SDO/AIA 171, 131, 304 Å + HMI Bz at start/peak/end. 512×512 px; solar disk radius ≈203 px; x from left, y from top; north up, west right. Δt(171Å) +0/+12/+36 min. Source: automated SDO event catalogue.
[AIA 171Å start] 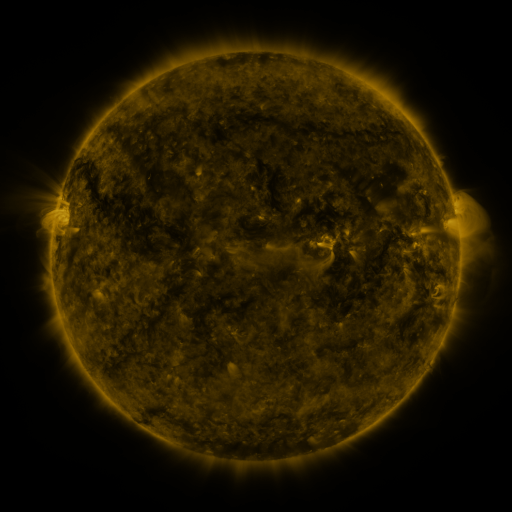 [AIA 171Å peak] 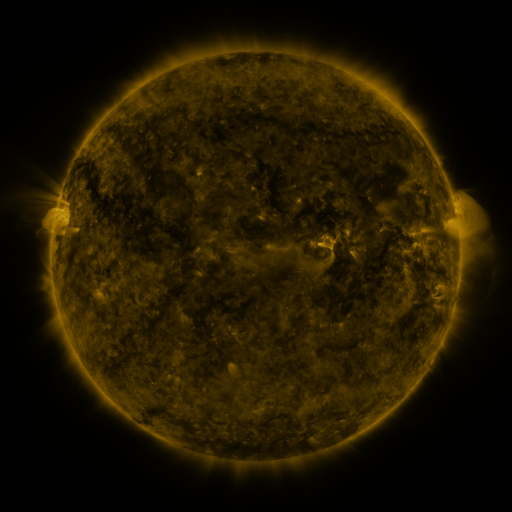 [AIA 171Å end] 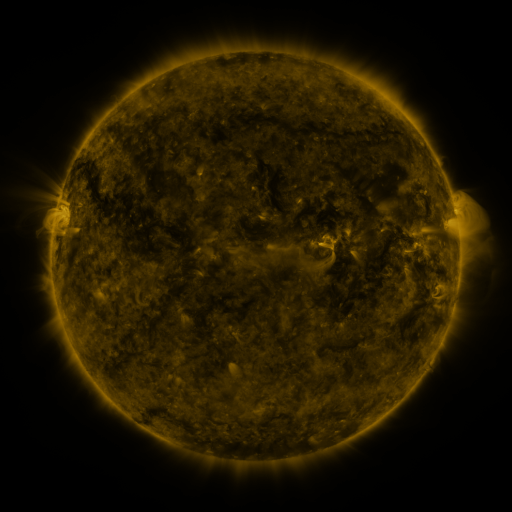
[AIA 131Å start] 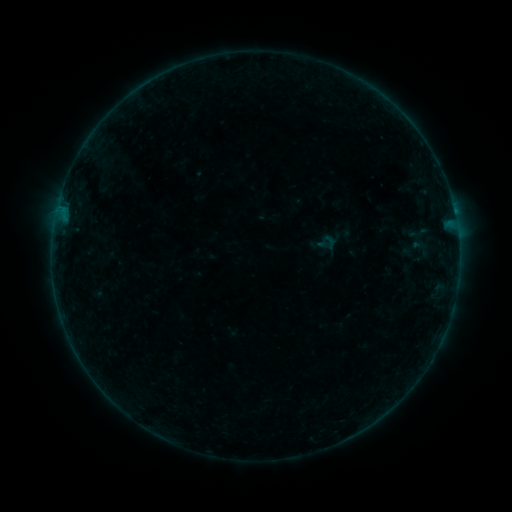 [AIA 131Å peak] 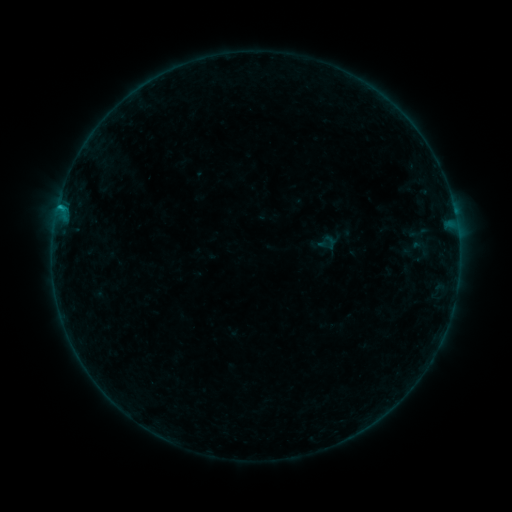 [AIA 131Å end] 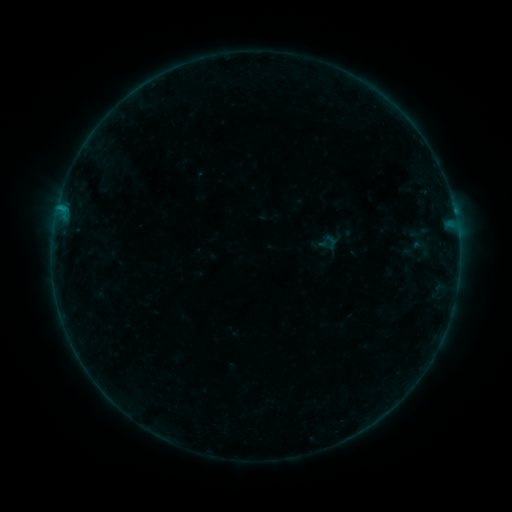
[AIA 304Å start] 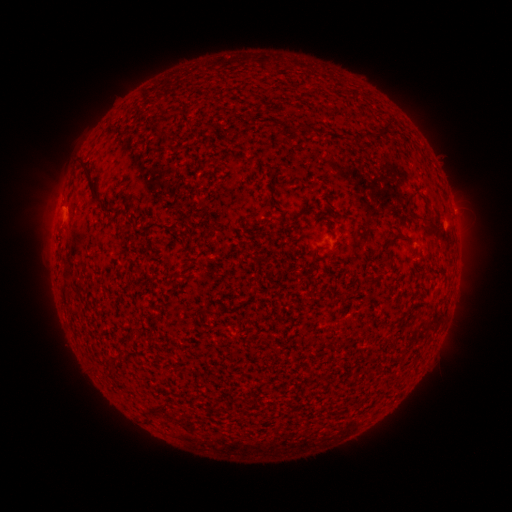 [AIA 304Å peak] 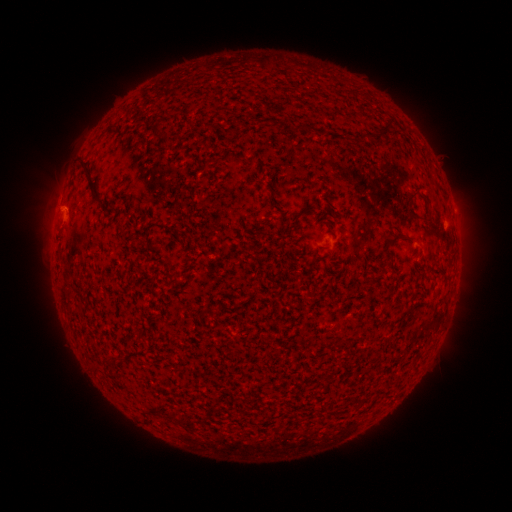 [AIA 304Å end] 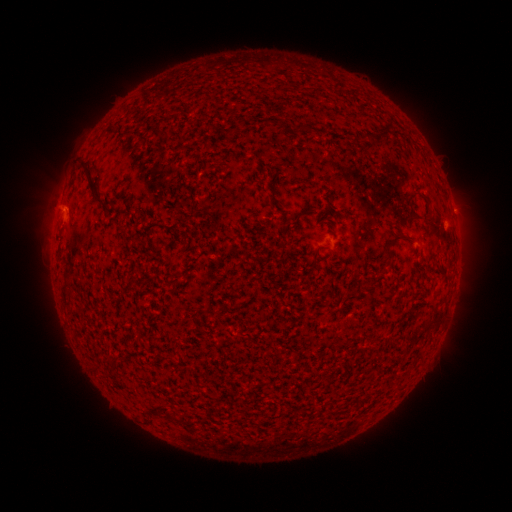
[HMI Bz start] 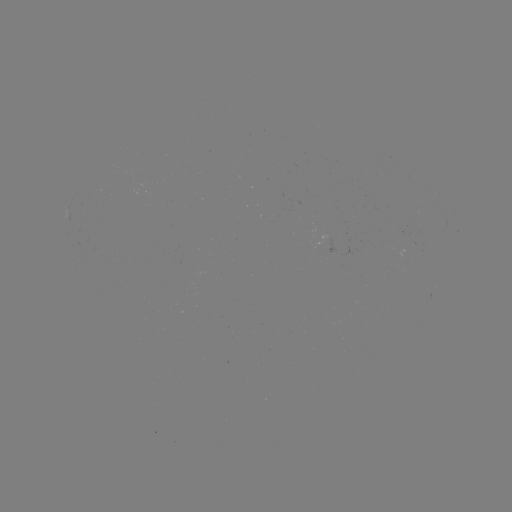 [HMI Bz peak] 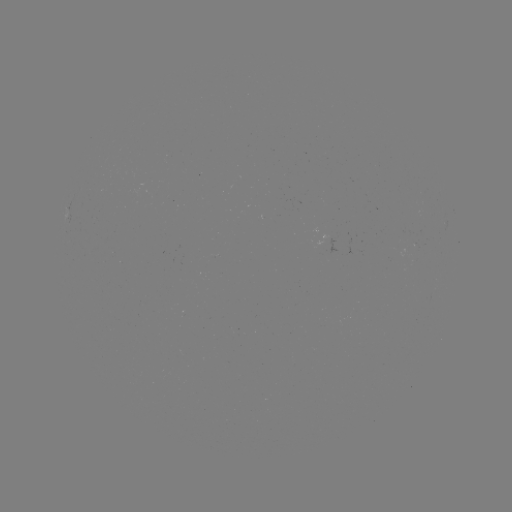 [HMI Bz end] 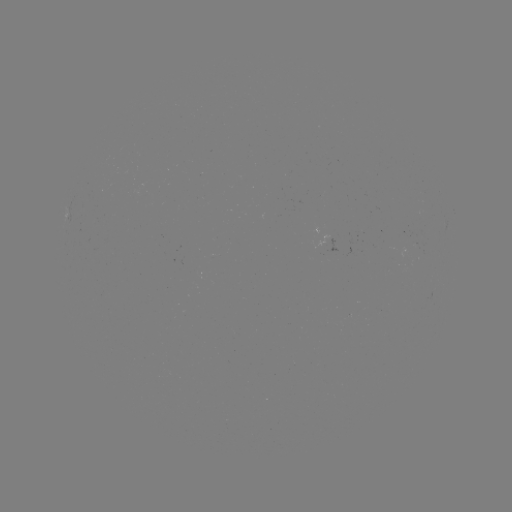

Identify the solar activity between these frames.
B3.9 flare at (60, 208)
